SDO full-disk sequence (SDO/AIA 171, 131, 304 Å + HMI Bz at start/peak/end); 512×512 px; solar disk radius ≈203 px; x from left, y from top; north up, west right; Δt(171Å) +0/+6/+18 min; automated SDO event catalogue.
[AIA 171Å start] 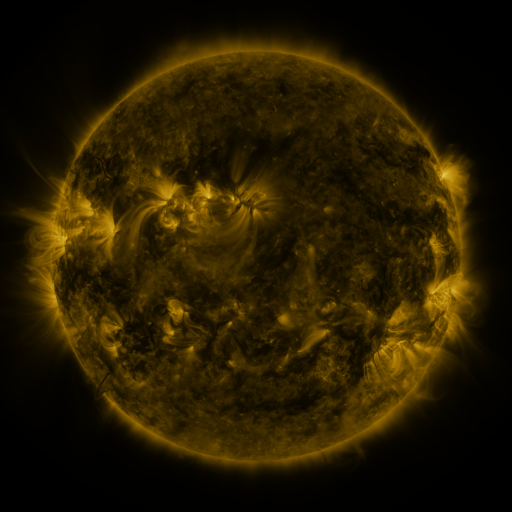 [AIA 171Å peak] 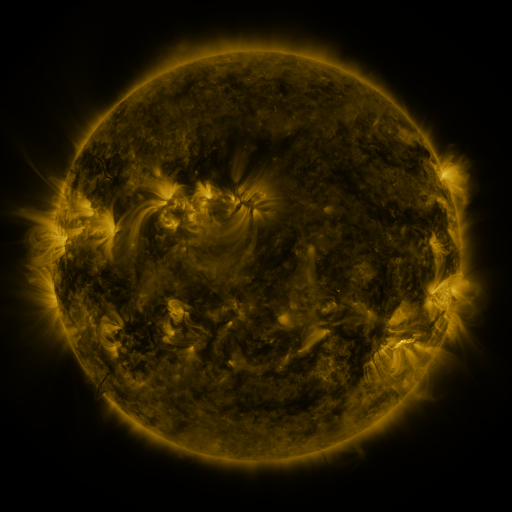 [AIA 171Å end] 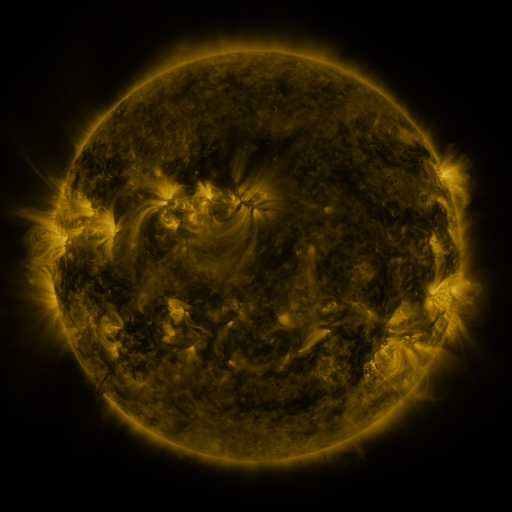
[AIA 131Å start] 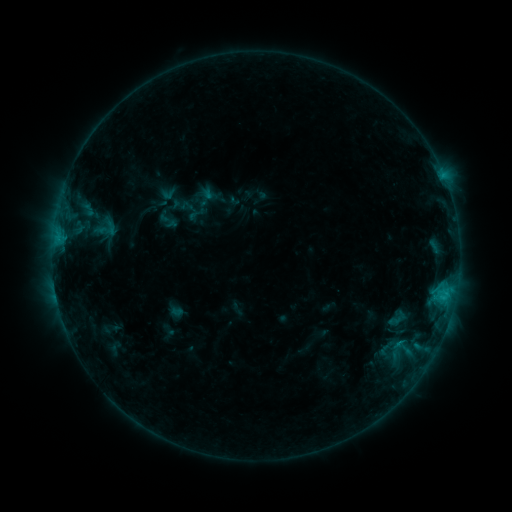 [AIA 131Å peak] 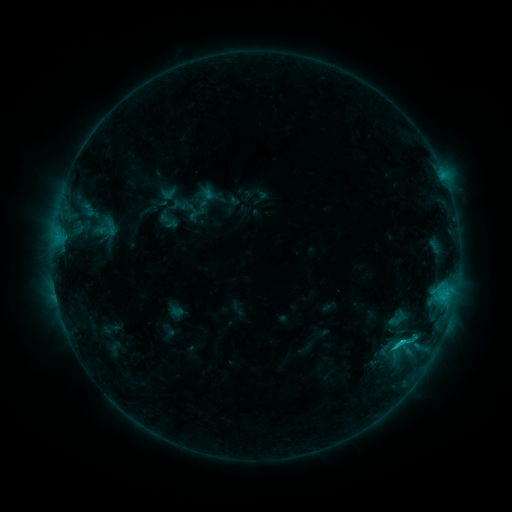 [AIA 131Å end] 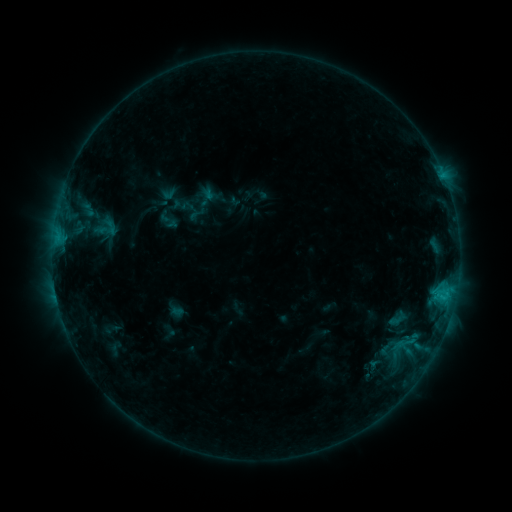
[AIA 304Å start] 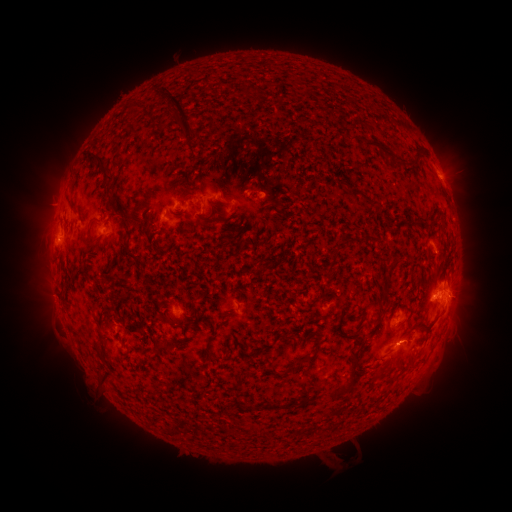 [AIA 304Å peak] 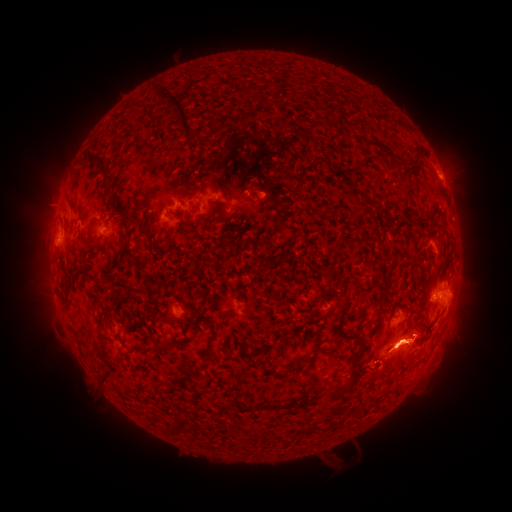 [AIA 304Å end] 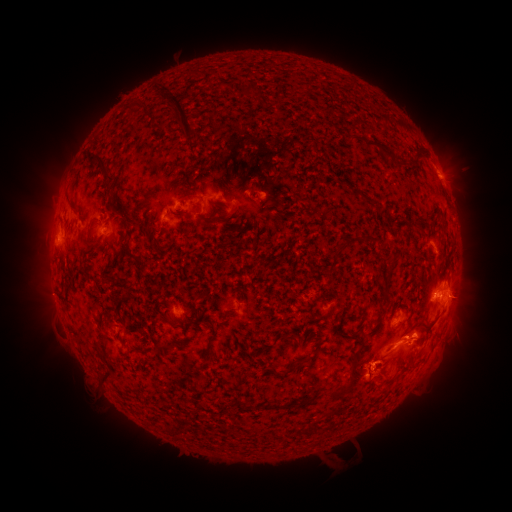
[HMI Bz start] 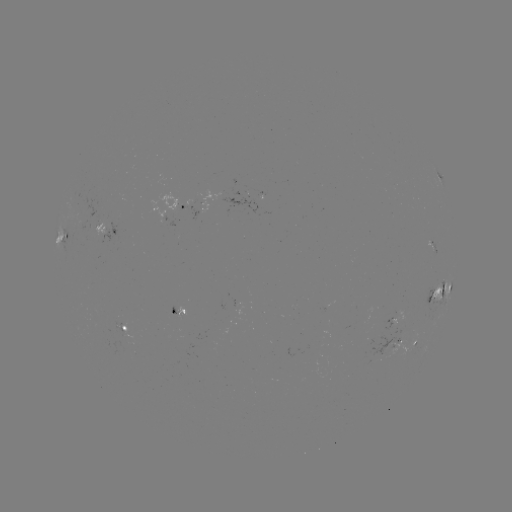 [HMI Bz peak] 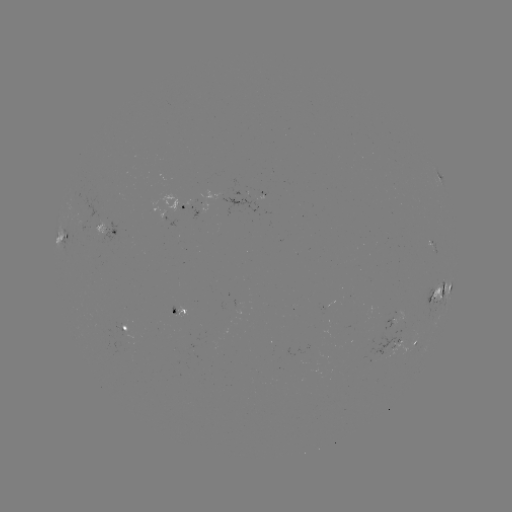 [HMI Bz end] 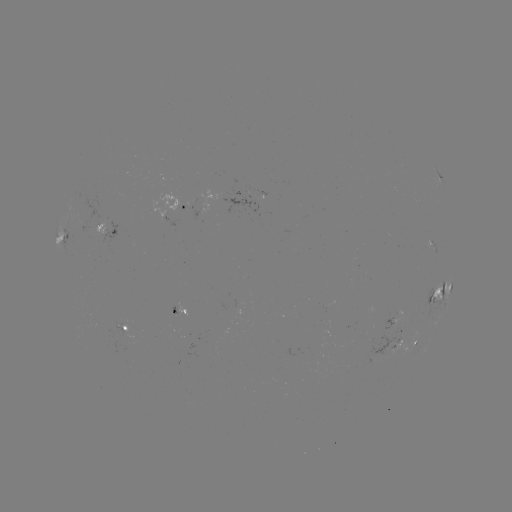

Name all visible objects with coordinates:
eruption: (408, 351)
